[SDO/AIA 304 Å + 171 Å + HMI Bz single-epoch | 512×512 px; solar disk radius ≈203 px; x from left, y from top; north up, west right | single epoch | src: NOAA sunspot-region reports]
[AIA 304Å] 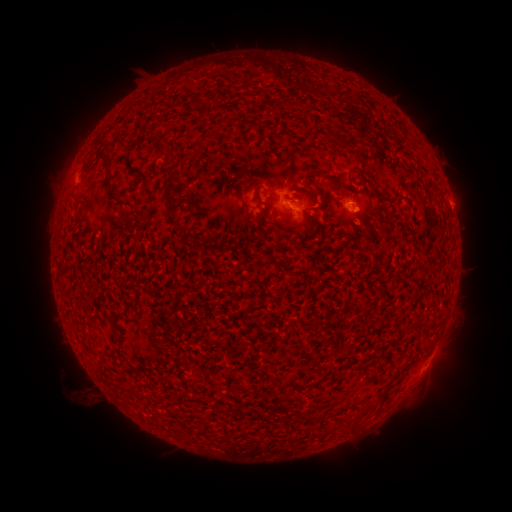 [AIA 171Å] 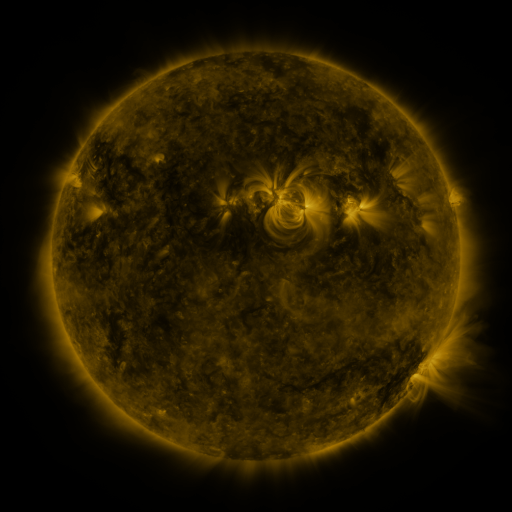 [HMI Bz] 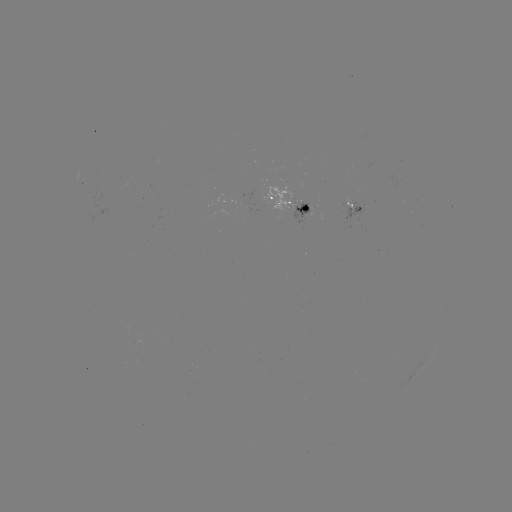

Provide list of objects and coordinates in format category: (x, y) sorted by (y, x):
spotted active region: (292, 202)
spotted active region: (354, 206)
spotted active region: (430, 359)
